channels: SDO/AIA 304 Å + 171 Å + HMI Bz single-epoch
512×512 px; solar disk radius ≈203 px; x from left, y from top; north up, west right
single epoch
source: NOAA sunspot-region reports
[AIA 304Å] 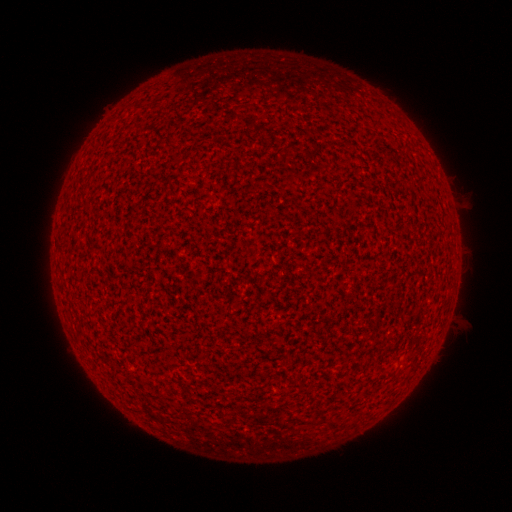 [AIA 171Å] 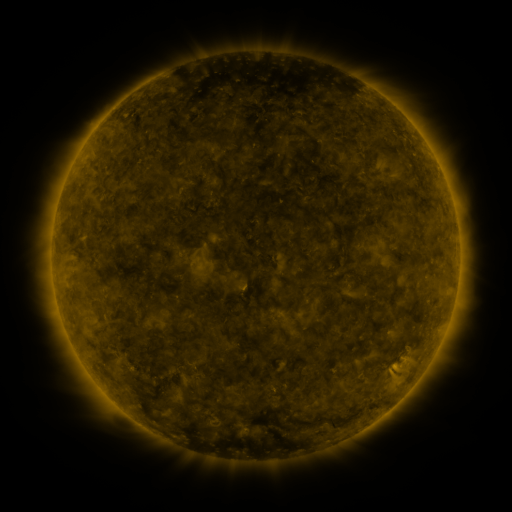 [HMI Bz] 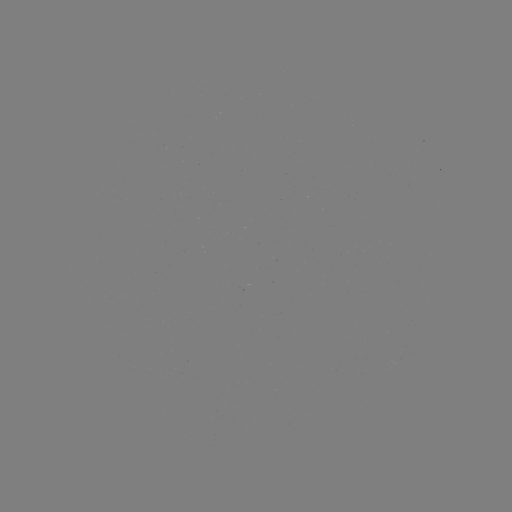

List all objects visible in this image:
(none)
